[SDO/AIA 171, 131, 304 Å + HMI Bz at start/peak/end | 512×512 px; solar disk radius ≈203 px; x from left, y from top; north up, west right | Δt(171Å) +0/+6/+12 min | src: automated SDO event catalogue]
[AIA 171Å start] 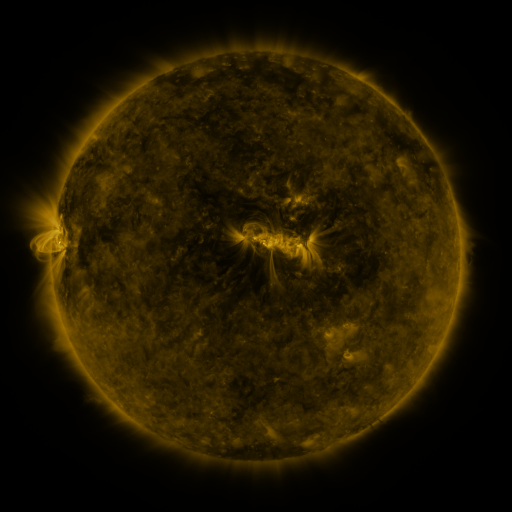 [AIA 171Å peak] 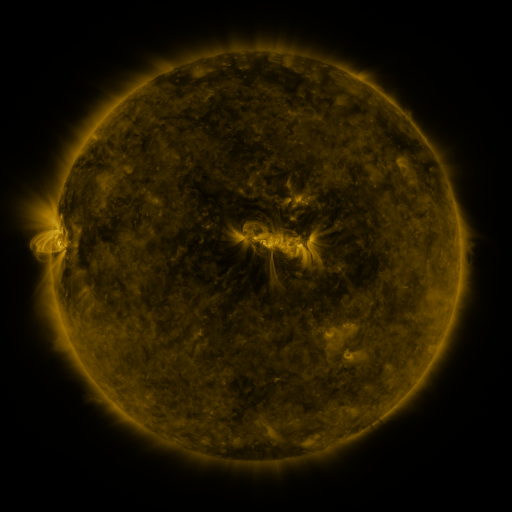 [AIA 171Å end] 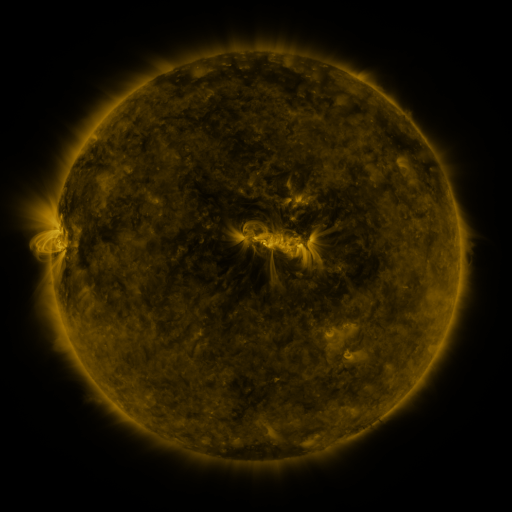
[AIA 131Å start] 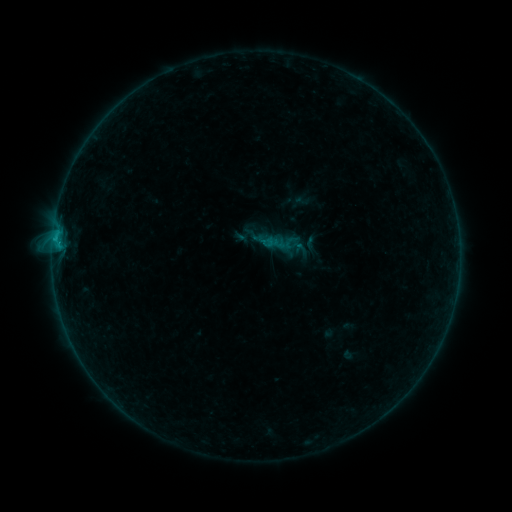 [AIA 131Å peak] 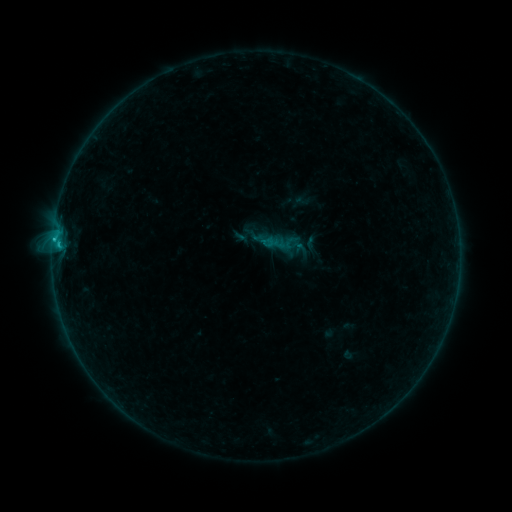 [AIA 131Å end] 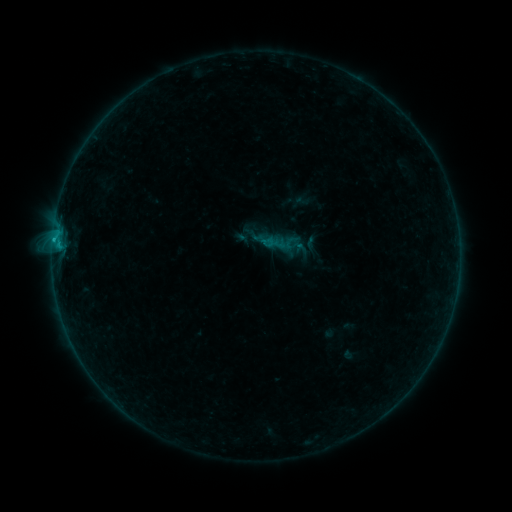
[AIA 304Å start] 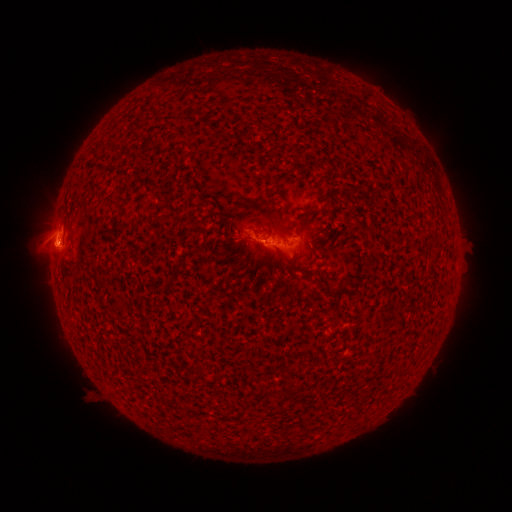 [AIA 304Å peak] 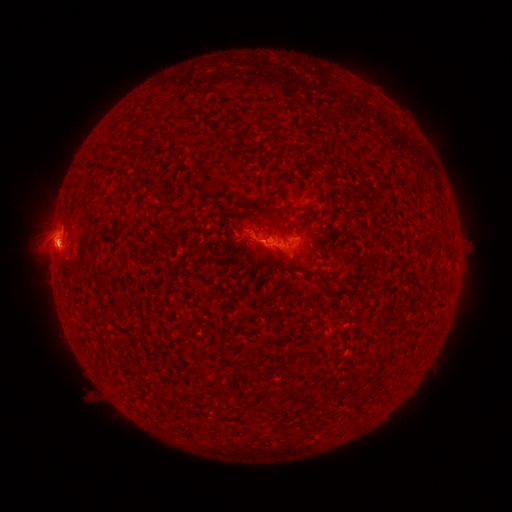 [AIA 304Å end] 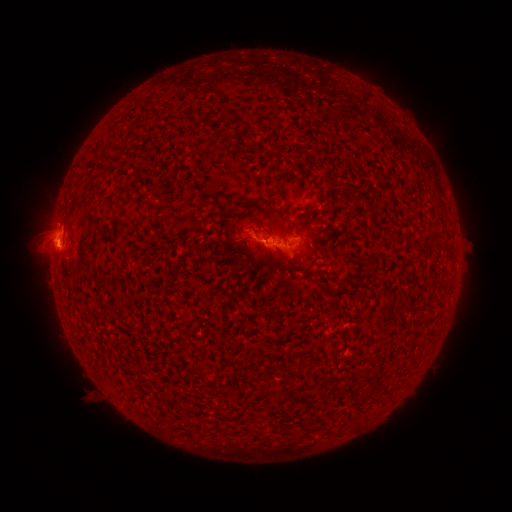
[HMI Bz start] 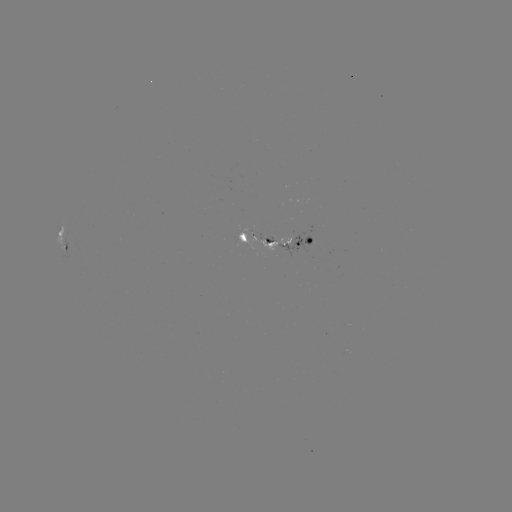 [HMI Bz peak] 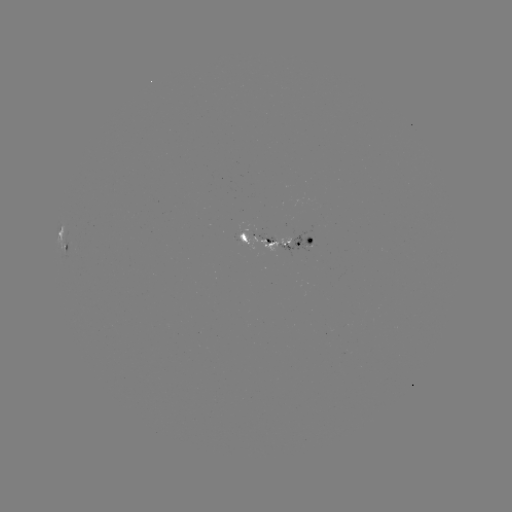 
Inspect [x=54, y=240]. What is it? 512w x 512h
B7.3 flare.